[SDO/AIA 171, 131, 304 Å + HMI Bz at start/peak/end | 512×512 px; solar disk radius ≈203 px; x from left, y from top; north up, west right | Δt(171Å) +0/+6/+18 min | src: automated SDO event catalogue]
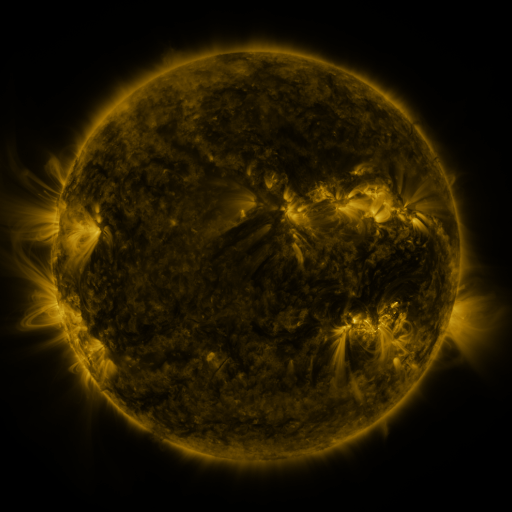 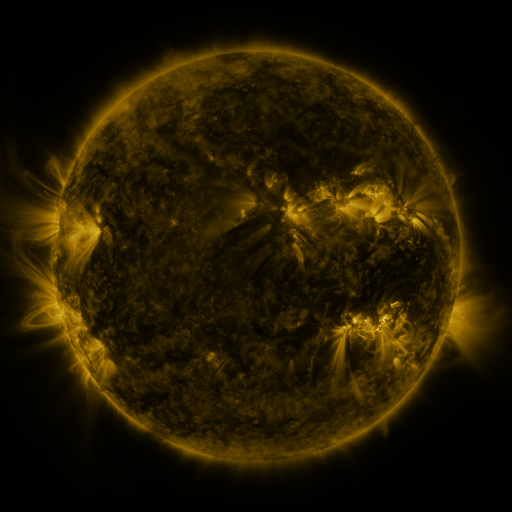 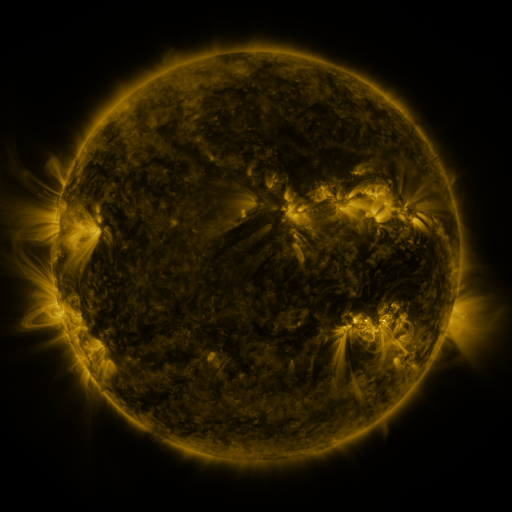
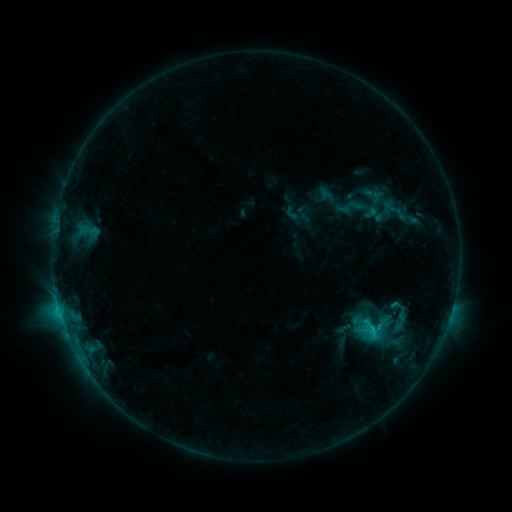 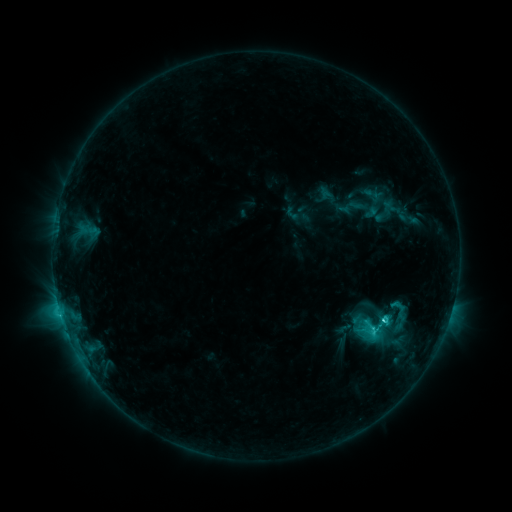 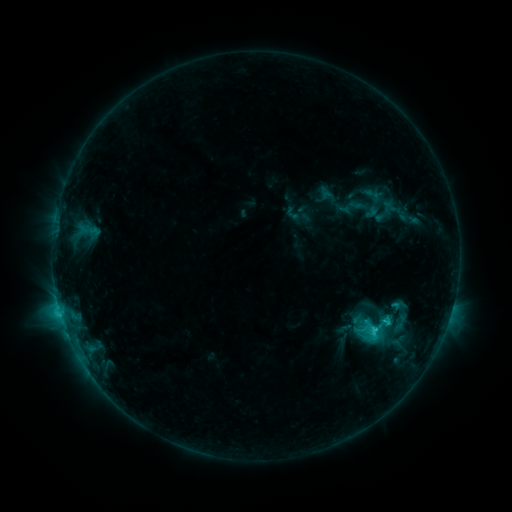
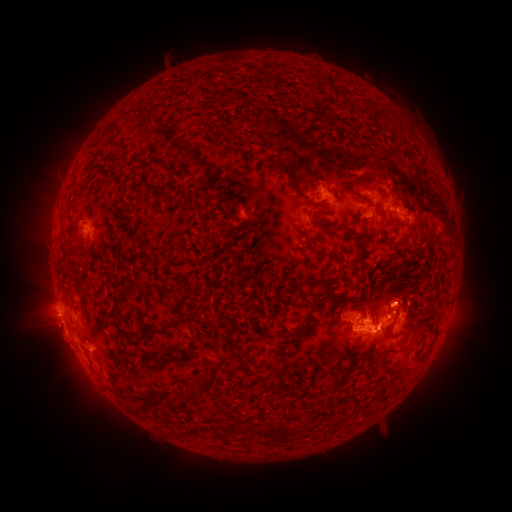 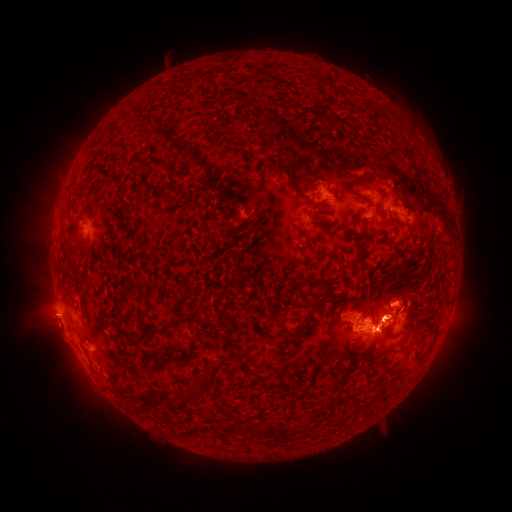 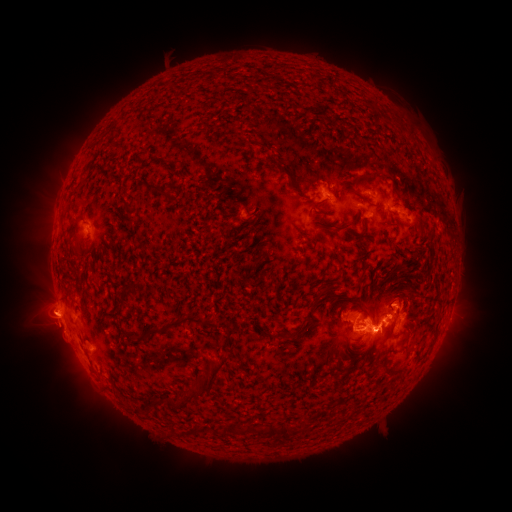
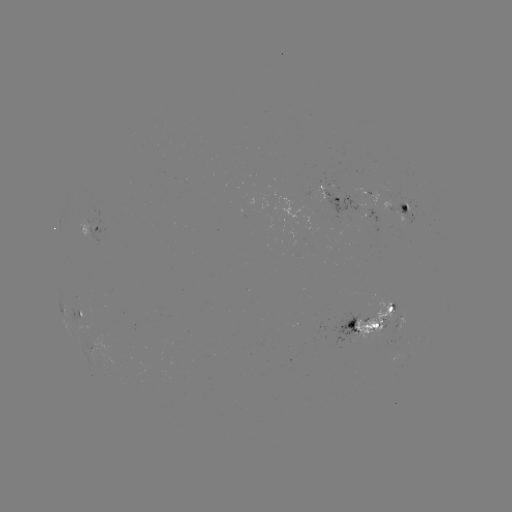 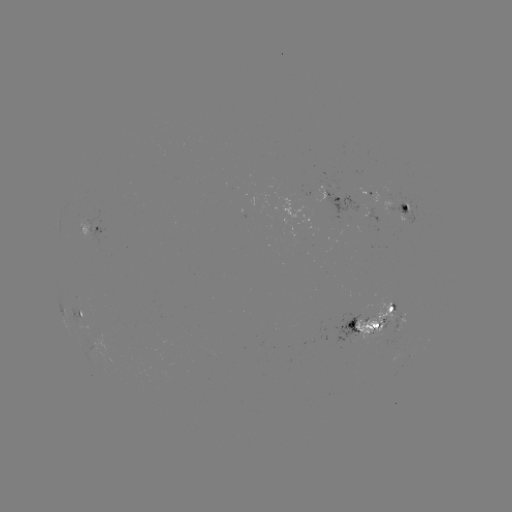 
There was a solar flare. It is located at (382, 317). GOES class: C4.8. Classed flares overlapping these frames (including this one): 1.